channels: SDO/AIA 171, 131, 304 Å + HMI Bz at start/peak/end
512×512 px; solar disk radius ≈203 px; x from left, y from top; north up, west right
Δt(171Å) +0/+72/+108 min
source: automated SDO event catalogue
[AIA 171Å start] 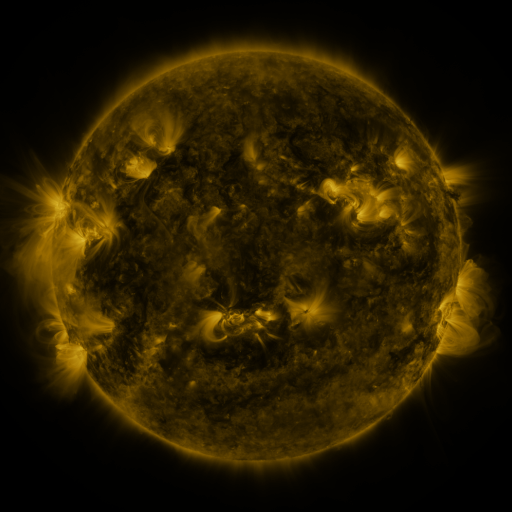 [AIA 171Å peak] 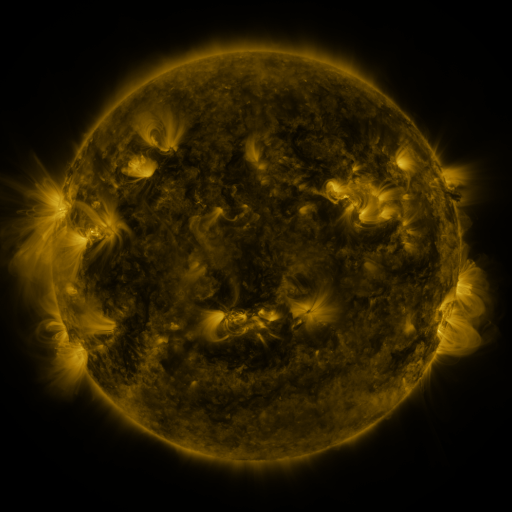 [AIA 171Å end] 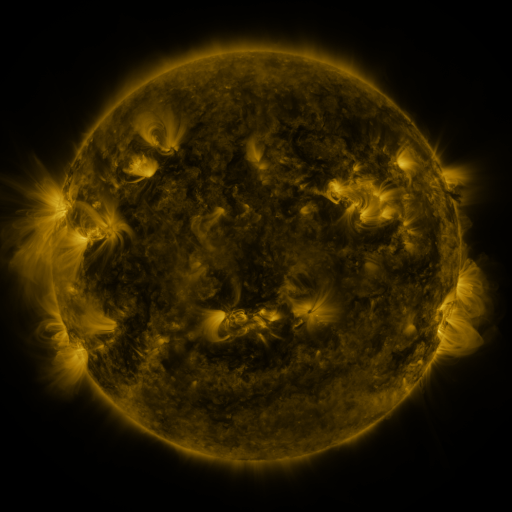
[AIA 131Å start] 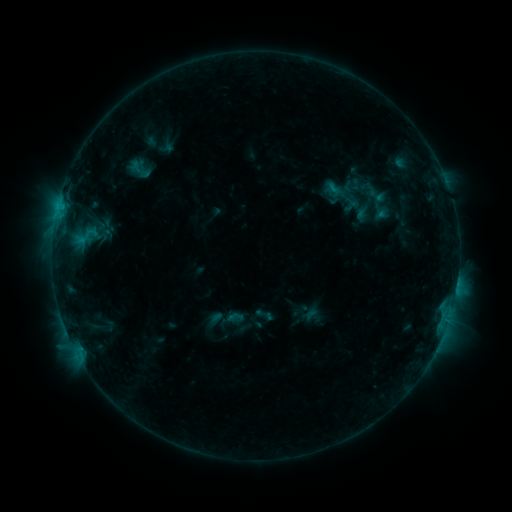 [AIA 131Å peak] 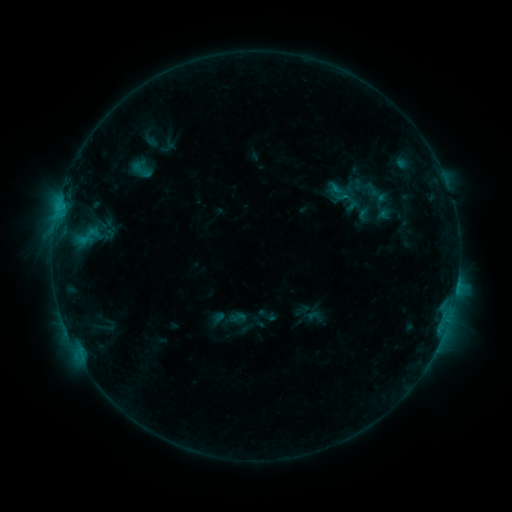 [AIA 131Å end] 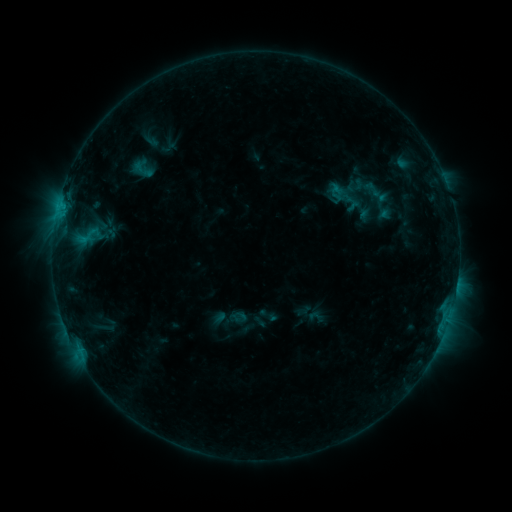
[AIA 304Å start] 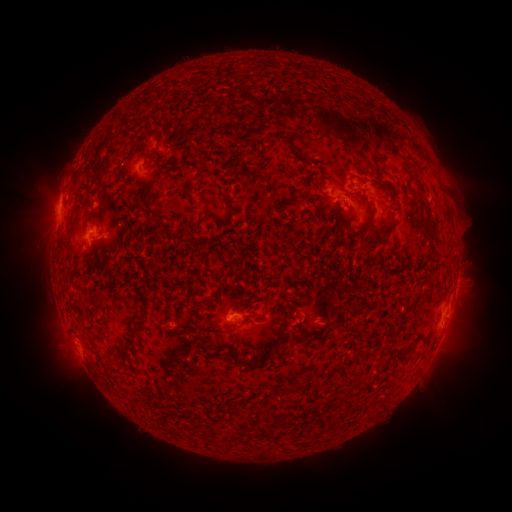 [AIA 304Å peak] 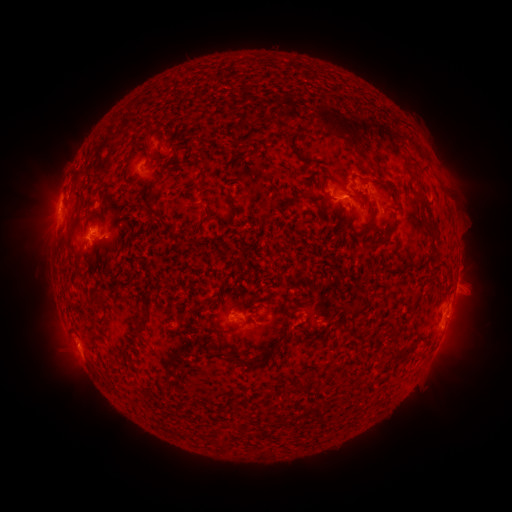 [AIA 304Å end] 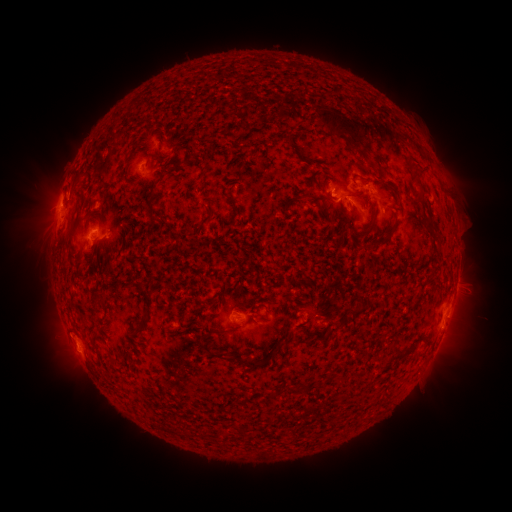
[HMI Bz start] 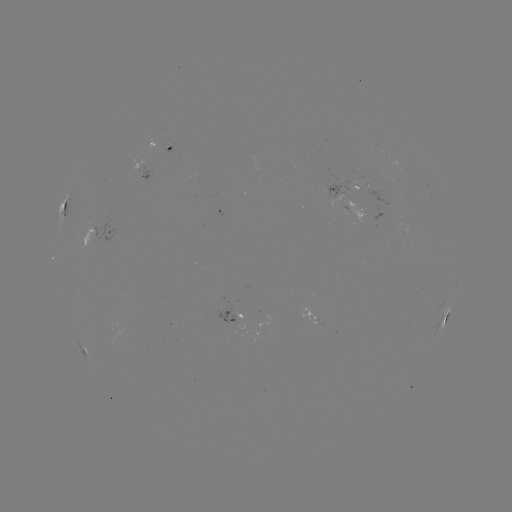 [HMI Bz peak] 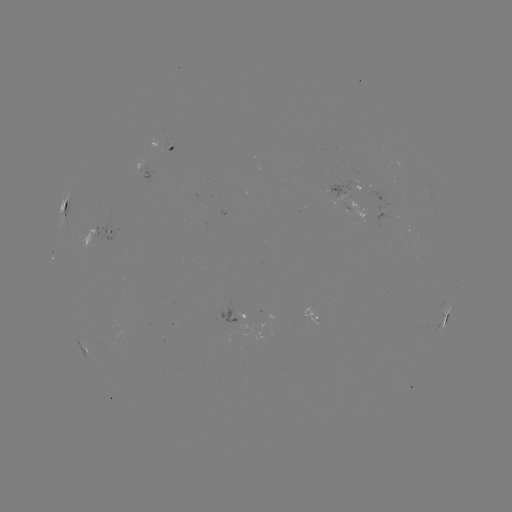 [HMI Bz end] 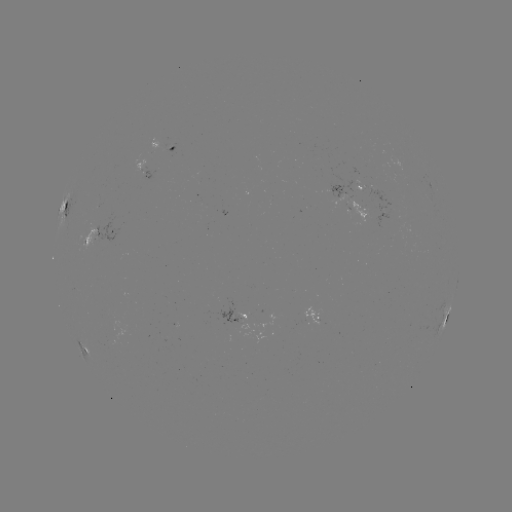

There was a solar emerging-flux region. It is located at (355, 174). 